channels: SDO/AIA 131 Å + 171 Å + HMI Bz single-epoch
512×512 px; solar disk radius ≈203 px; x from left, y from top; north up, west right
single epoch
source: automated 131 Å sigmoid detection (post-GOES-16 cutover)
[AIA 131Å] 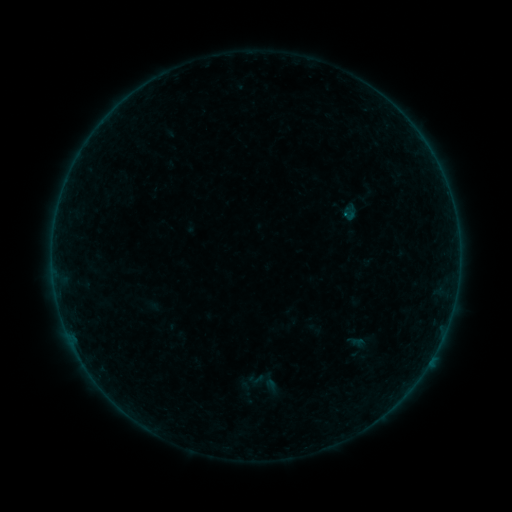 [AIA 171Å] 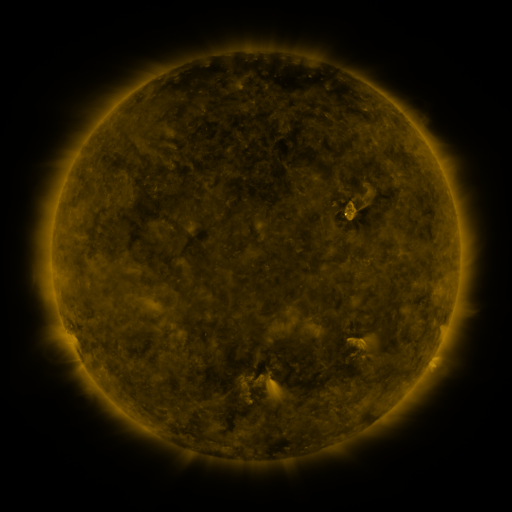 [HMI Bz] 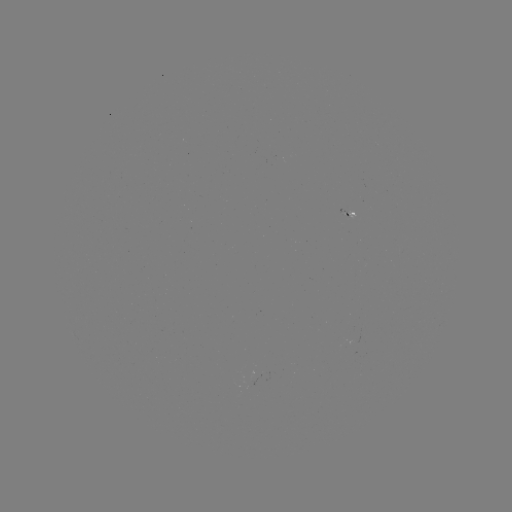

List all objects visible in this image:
sigmoid: (343, 332, 370, 360)
sigmoid: (246, 369, 265, 388)
